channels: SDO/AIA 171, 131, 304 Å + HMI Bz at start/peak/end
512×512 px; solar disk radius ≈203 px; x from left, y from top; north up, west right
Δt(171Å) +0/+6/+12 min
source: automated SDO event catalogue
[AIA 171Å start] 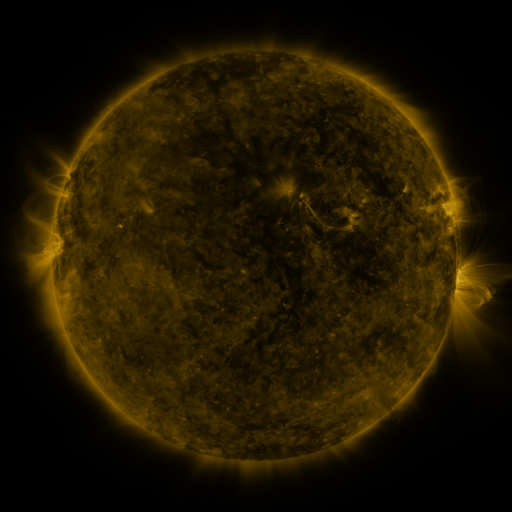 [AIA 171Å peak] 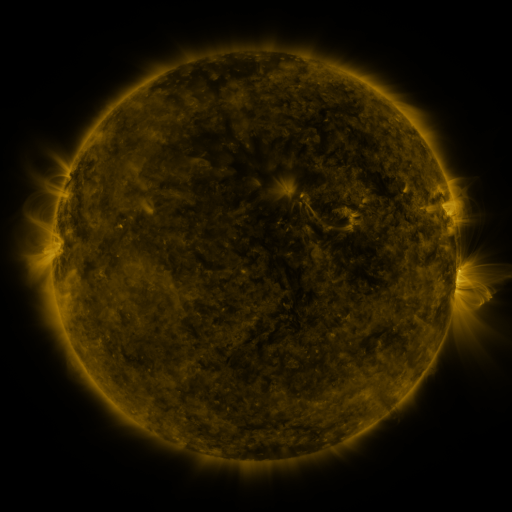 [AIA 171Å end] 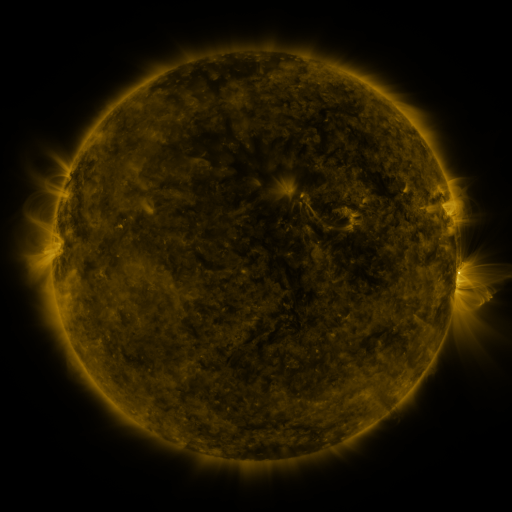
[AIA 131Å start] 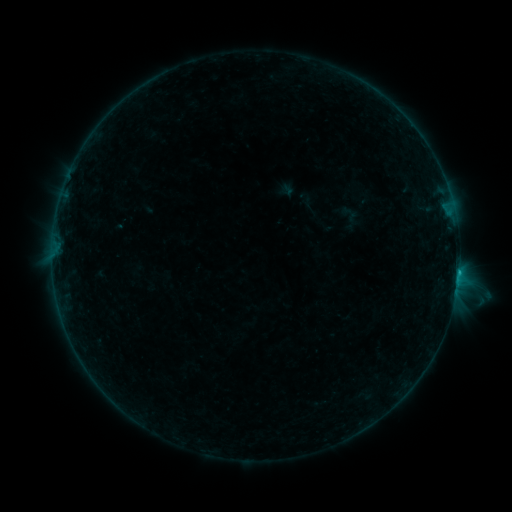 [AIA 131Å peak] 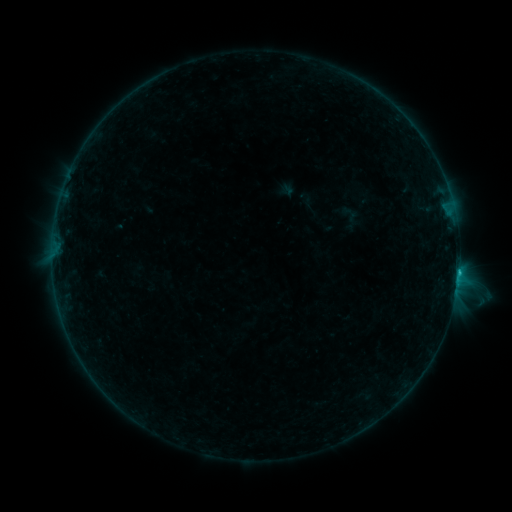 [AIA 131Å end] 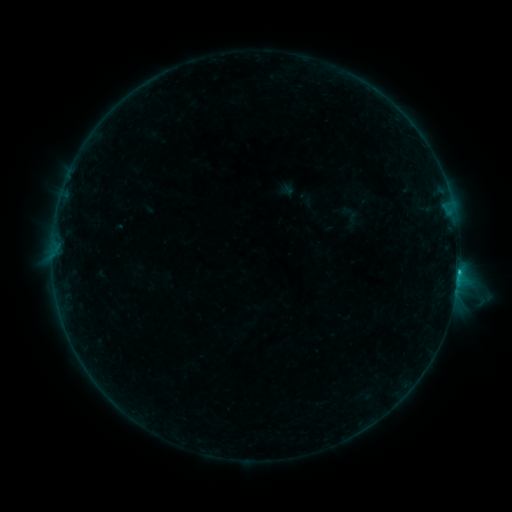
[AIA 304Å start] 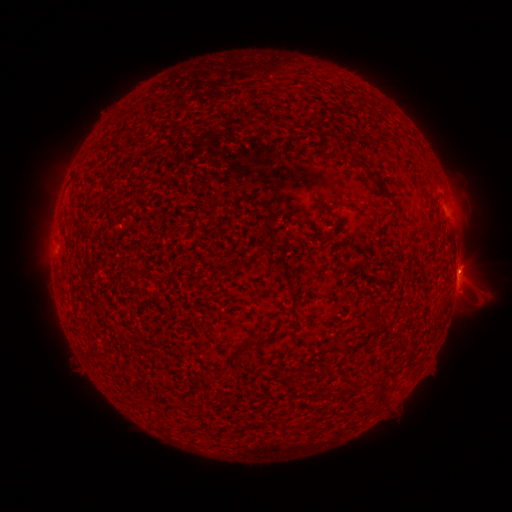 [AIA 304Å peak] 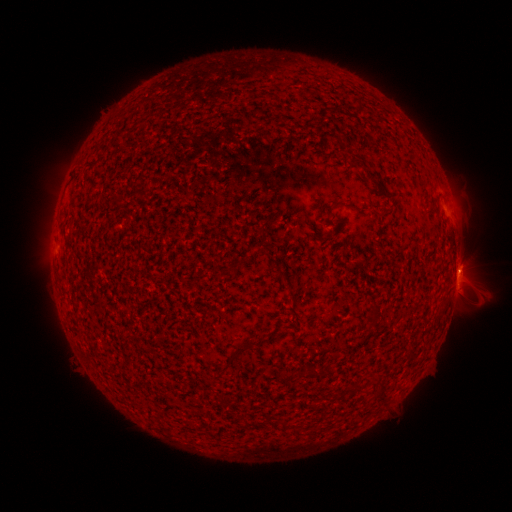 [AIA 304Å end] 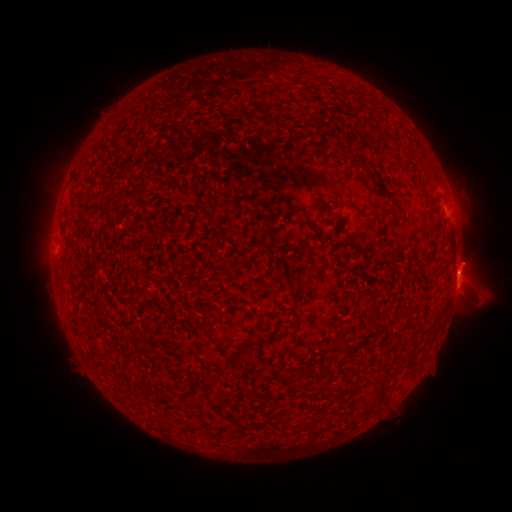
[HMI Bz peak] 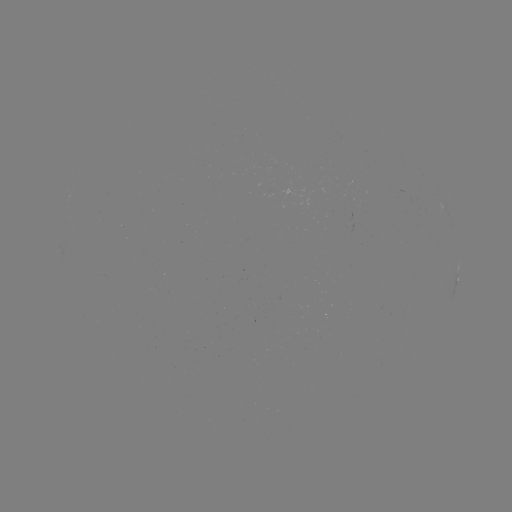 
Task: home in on B8.7 flare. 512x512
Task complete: (458, 270).